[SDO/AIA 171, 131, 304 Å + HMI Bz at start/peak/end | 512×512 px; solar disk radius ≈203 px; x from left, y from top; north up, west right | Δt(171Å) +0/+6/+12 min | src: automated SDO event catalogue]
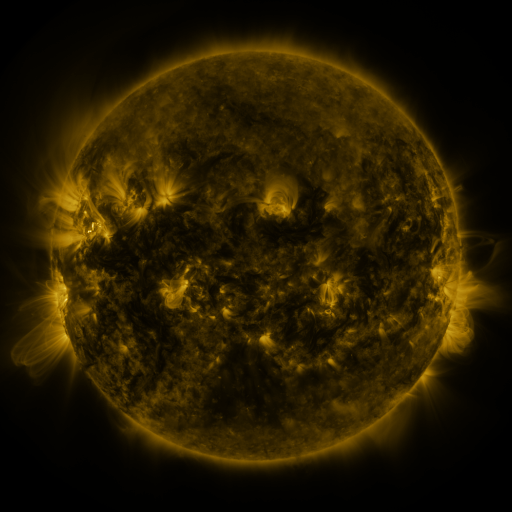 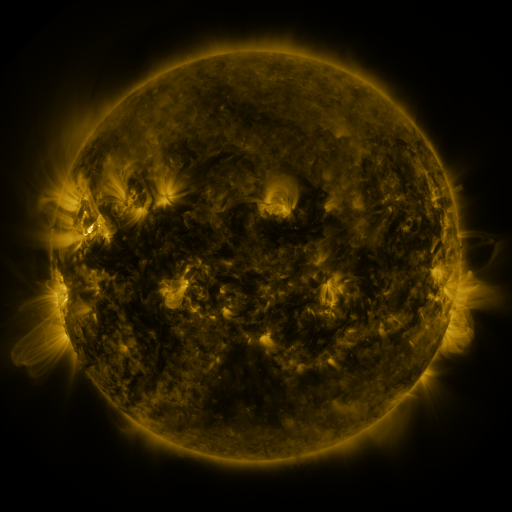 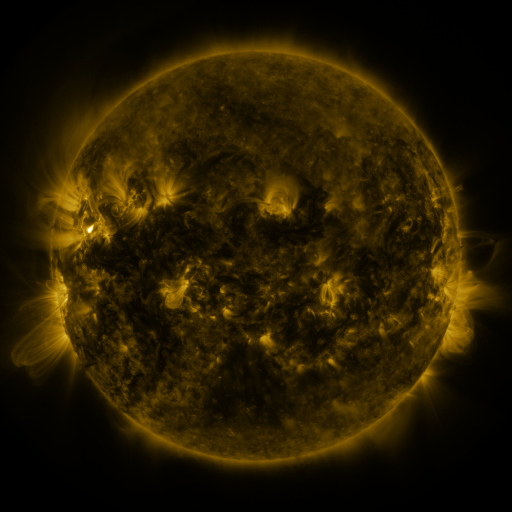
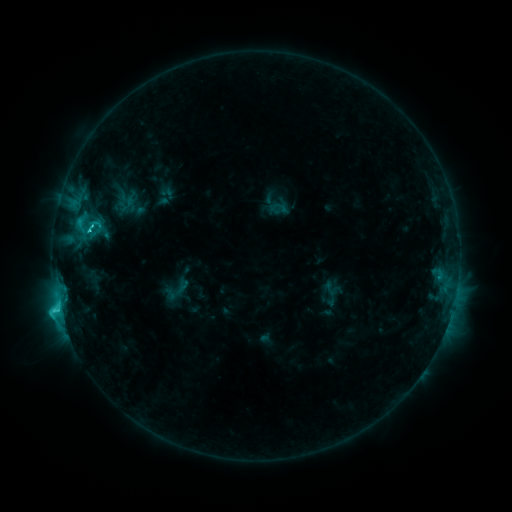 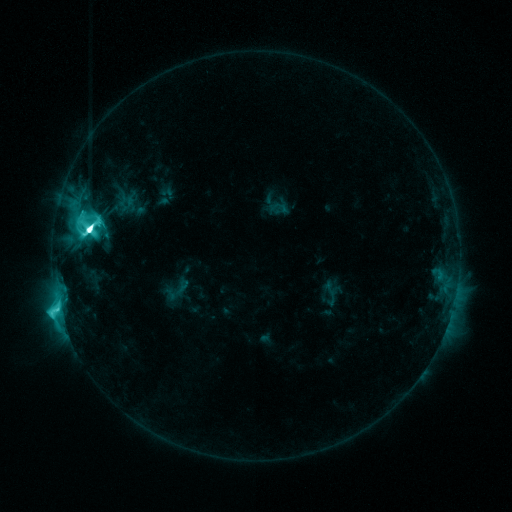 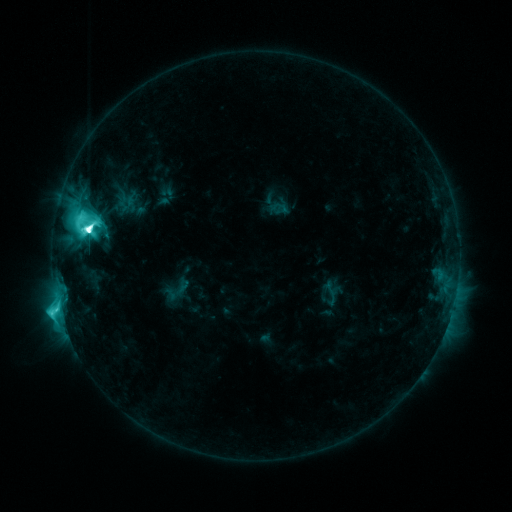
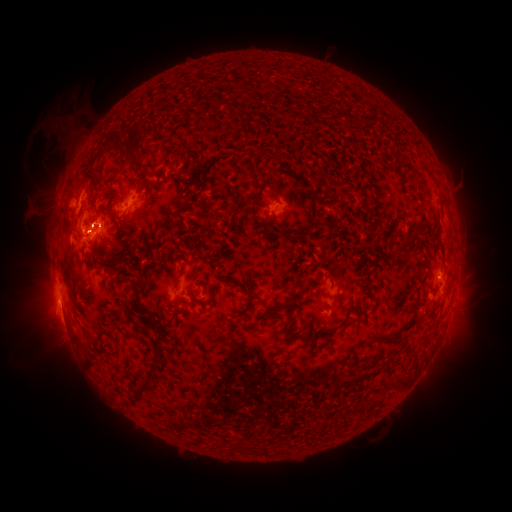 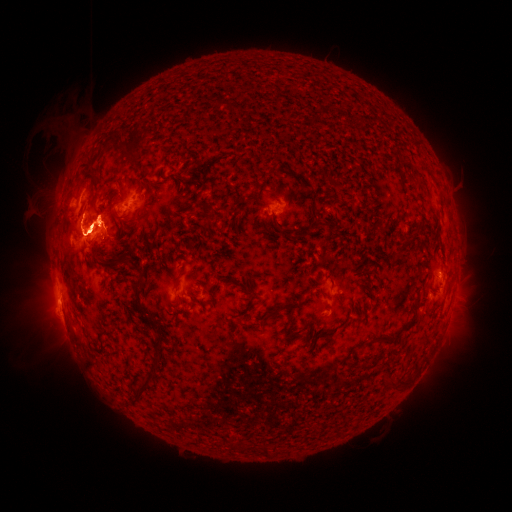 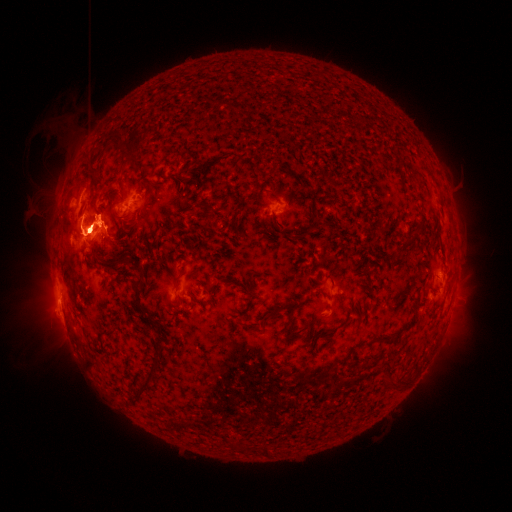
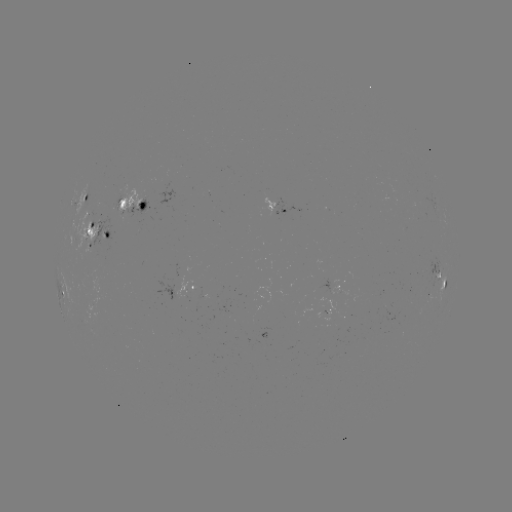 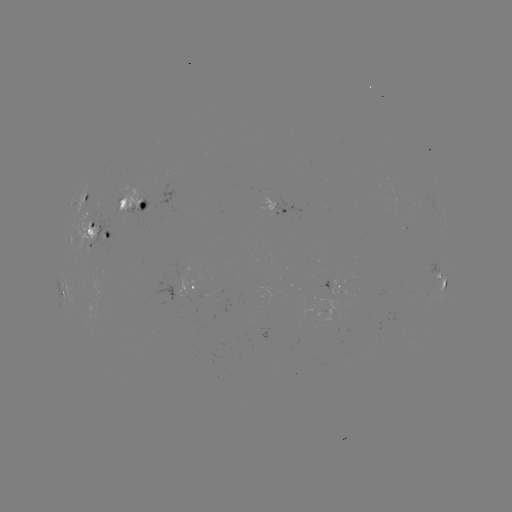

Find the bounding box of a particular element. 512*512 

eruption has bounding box [446, 245, 481, 329].